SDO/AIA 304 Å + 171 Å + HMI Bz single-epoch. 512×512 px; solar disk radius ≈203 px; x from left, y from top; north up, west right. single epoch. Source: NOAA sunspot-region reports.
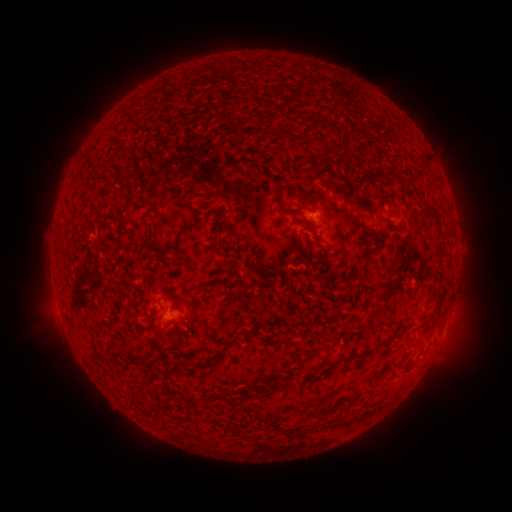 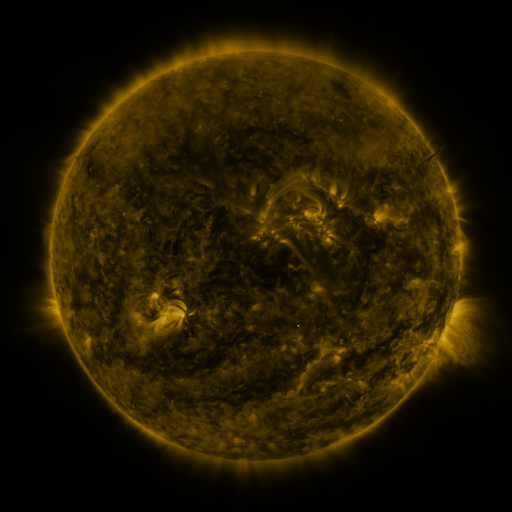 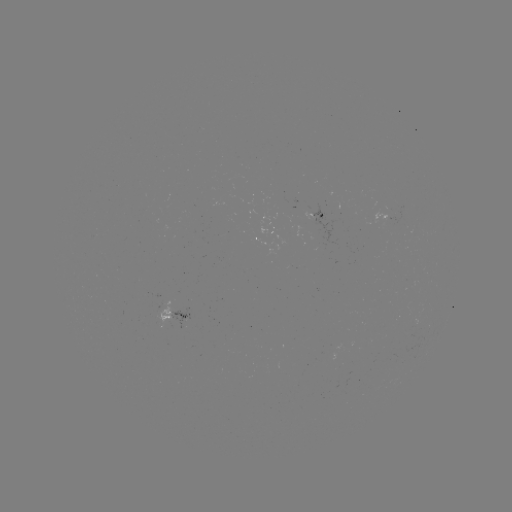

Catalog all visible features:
spotted active region: (315, 214)
spotted active region: (180, 316)
